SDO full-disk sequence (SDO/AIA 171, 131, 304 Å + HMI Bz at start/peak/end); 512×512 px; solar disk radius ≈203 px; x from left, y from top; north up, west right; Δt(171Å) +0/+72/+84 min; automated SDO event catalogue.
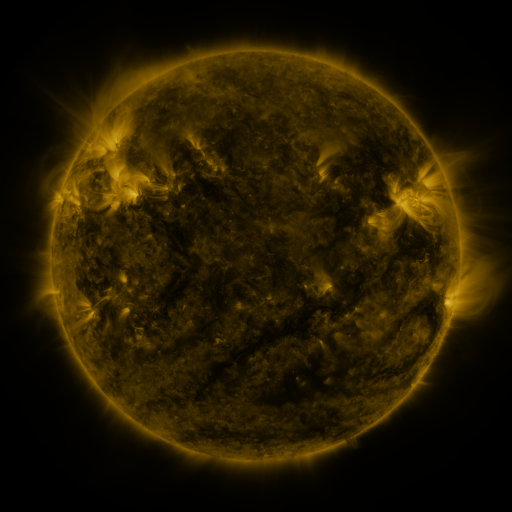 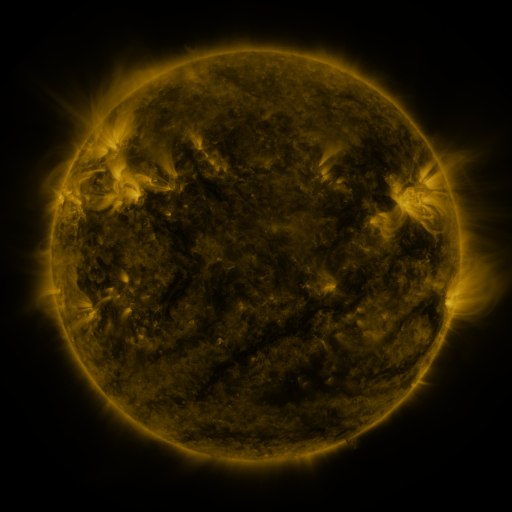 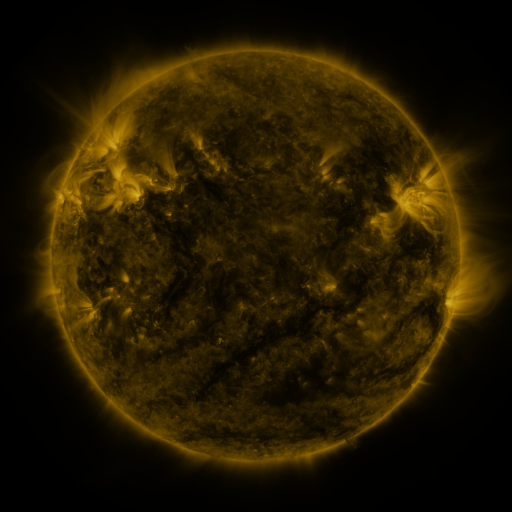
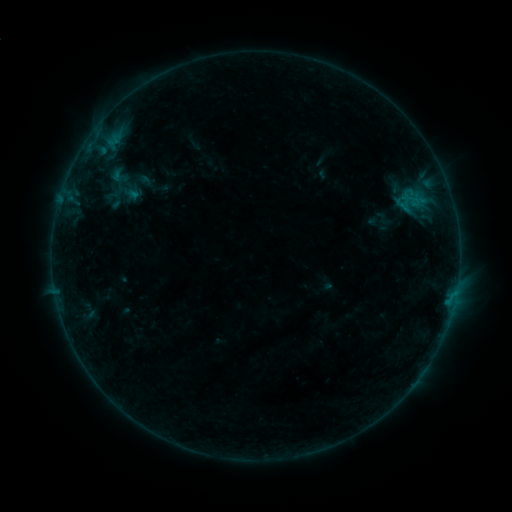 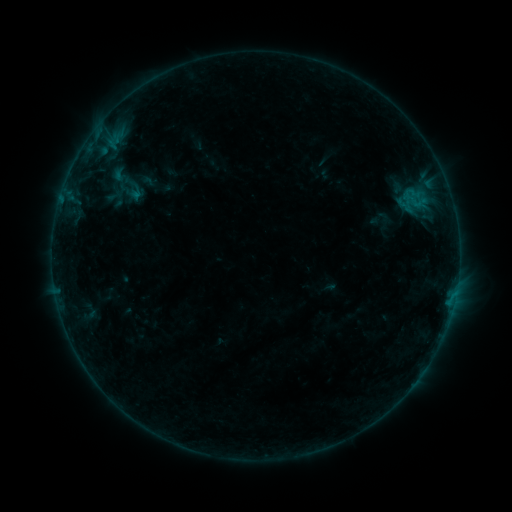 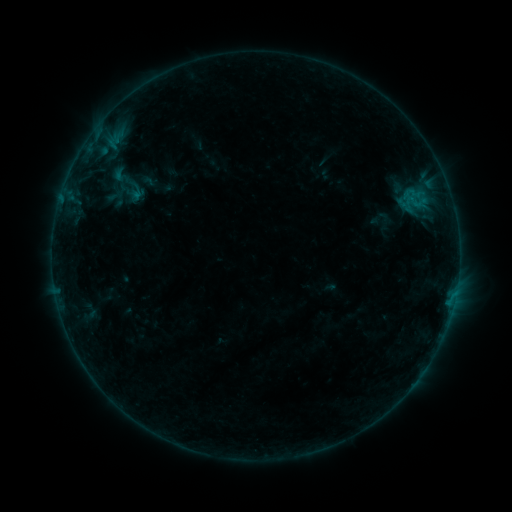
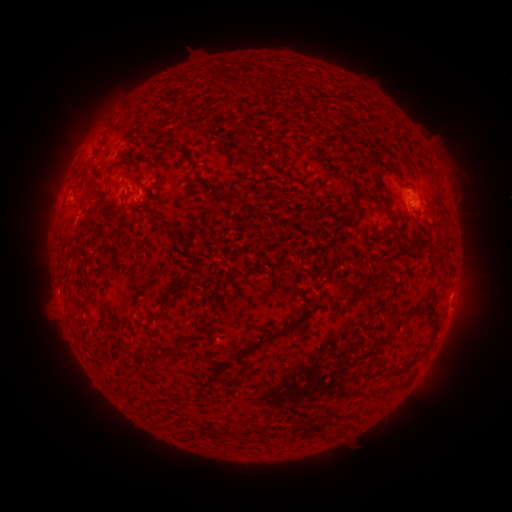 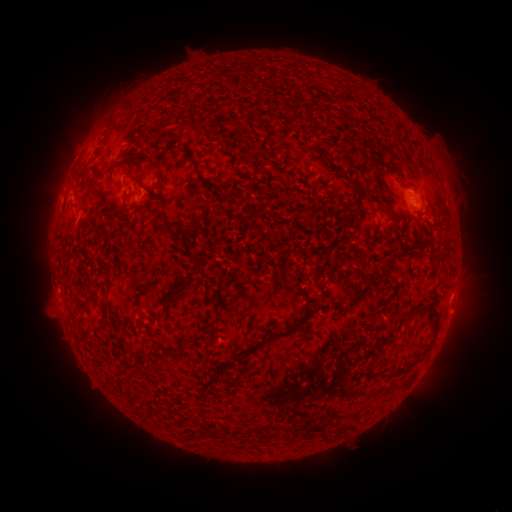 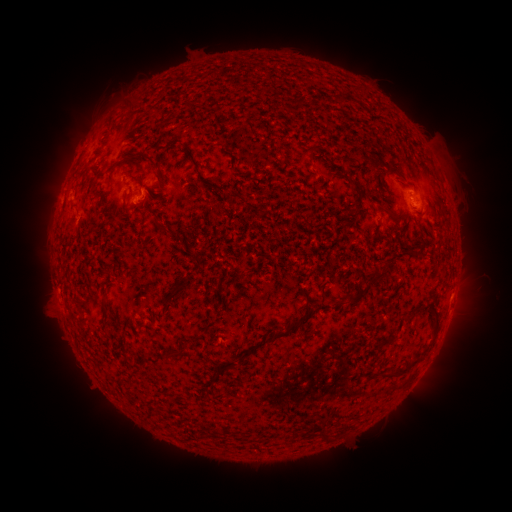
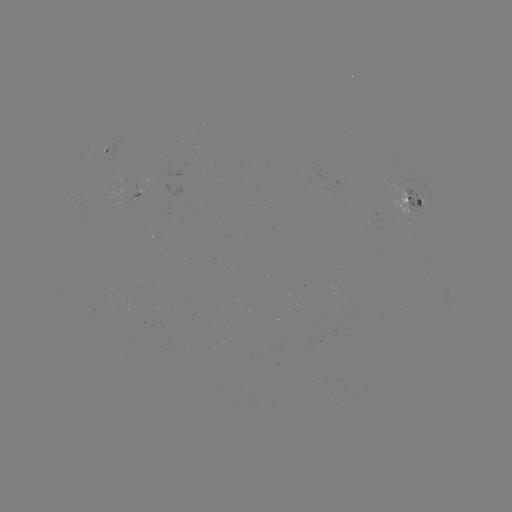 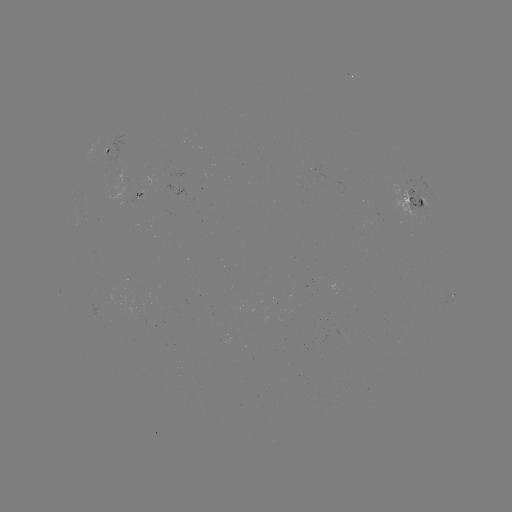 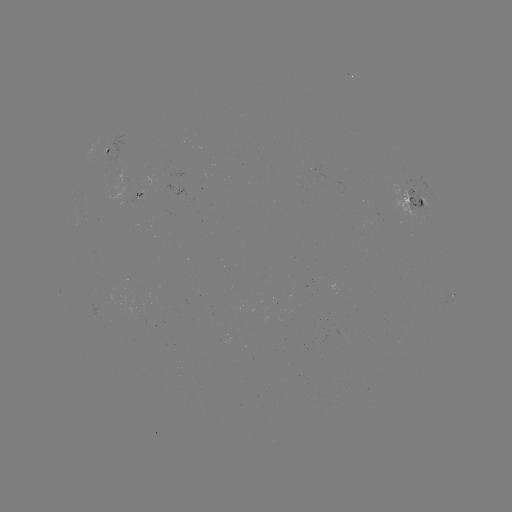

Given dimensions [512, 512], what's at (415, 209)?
emerging-flux region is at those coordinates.